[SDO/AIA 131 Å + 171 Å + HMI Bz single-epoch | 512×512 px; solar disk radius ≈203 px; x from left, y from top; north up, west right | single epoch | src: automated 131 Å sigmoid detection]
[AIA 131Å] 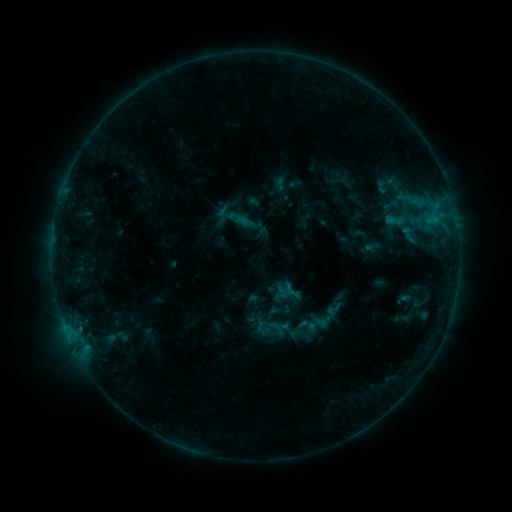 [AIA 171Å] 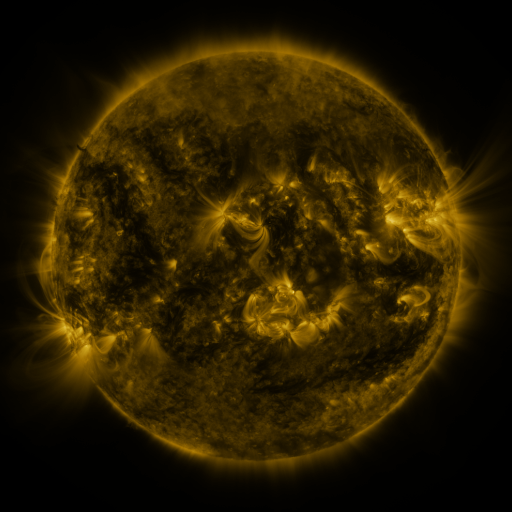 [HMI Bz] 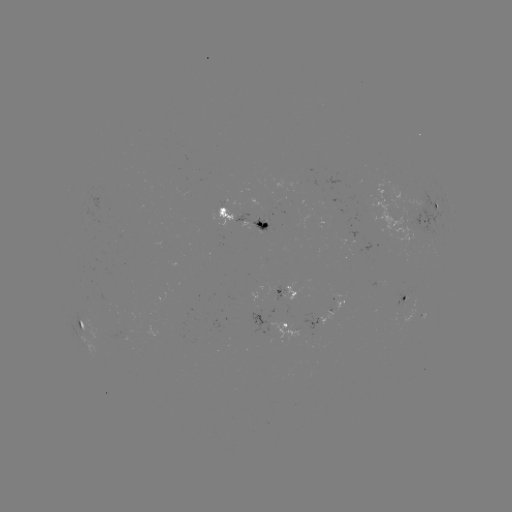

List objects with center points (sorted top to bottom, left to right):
sigmoid: (396, 219)
sigmoid: (334, 309)
